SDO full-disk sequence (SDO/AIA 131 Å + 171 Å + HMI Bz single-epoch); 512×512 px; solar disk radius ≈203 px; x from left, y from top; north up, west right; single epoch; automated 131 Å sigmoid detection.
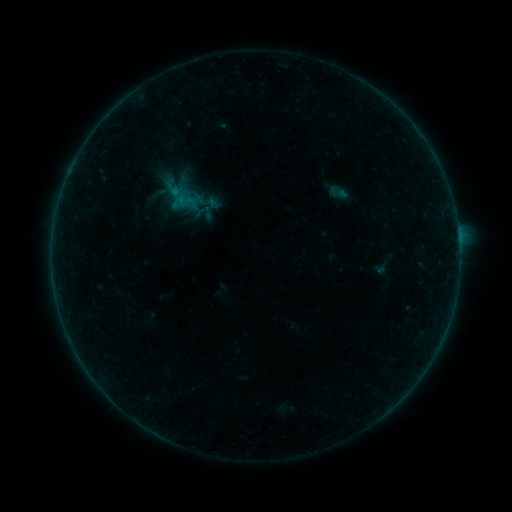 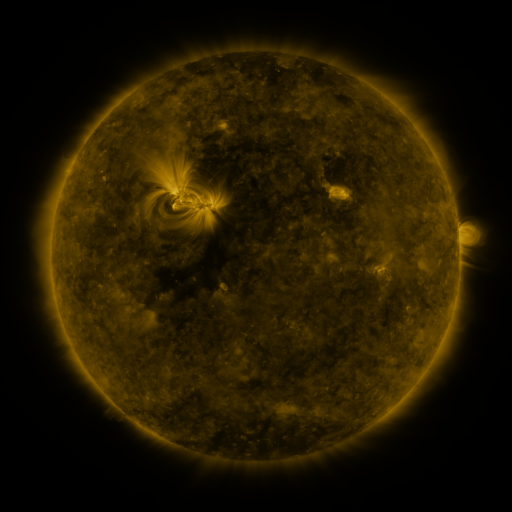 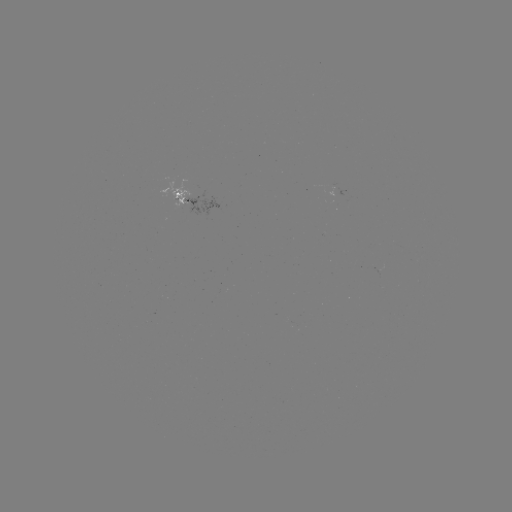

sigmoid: <bbox>197, 203, 213, 220</bbox>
